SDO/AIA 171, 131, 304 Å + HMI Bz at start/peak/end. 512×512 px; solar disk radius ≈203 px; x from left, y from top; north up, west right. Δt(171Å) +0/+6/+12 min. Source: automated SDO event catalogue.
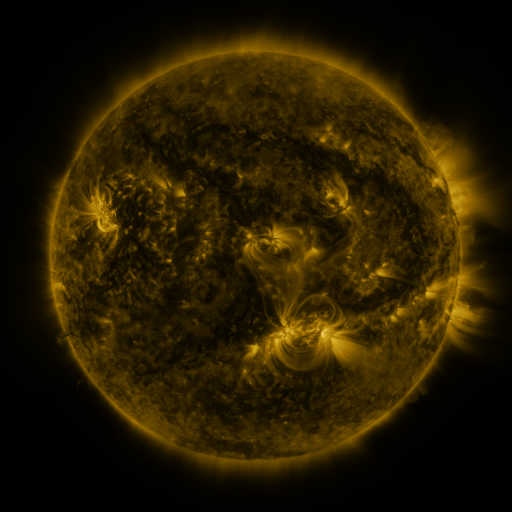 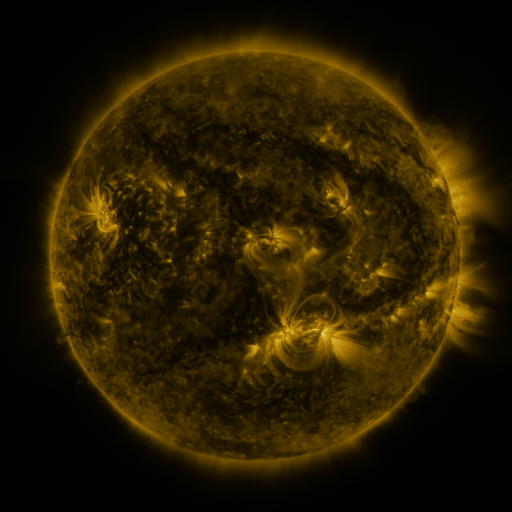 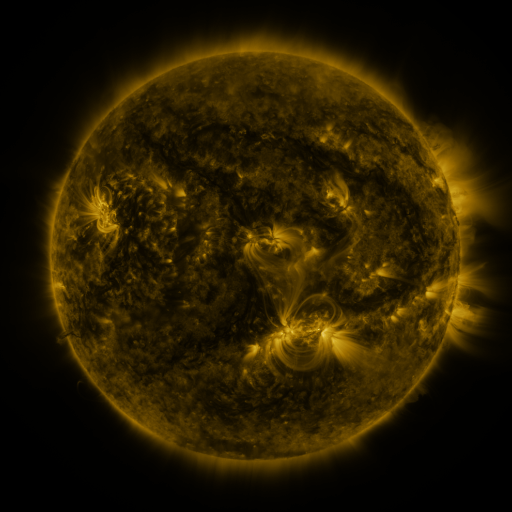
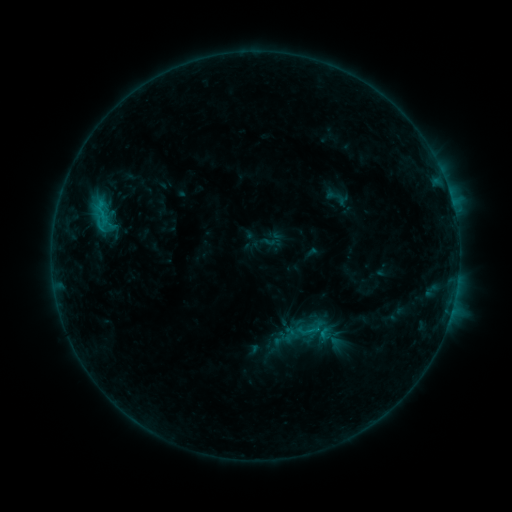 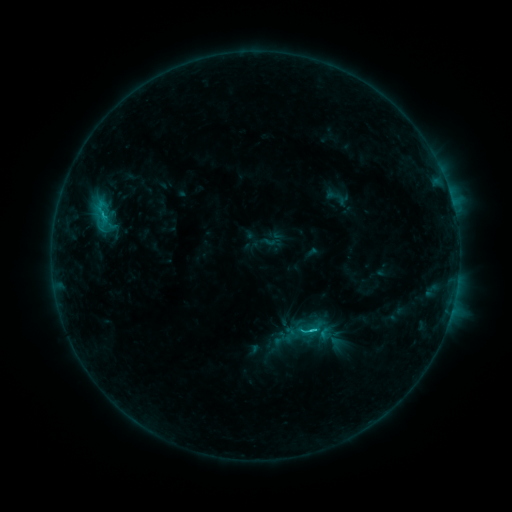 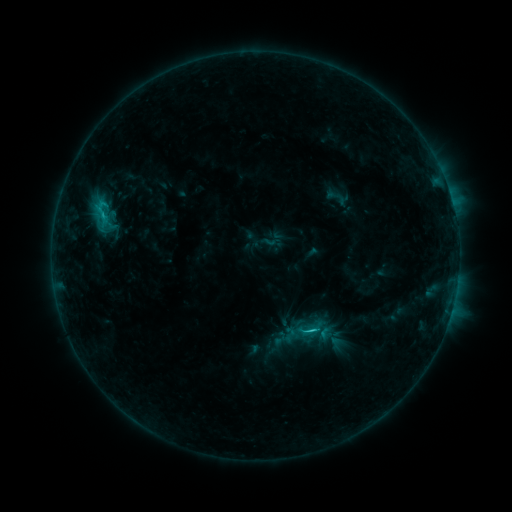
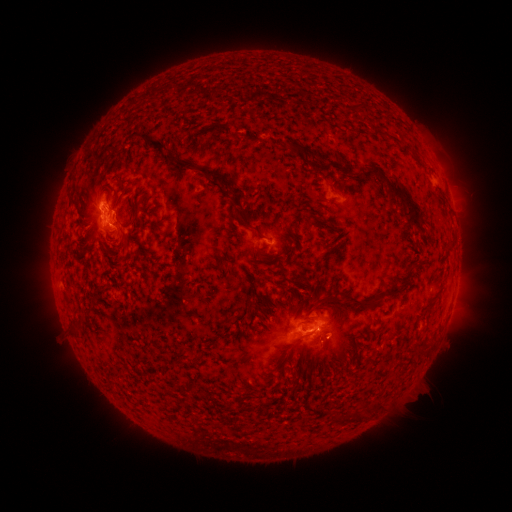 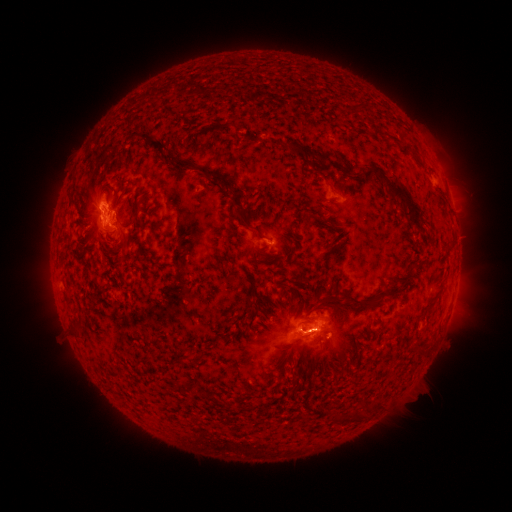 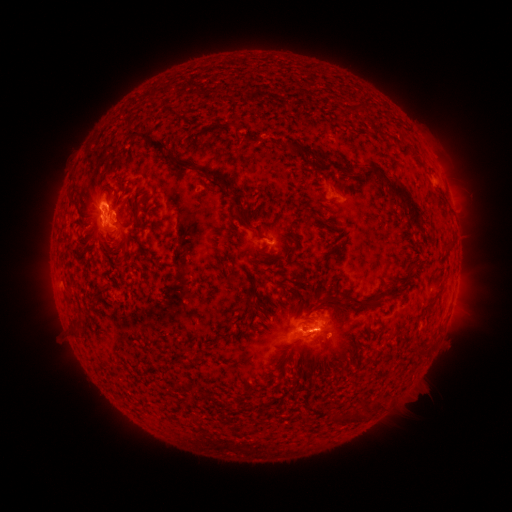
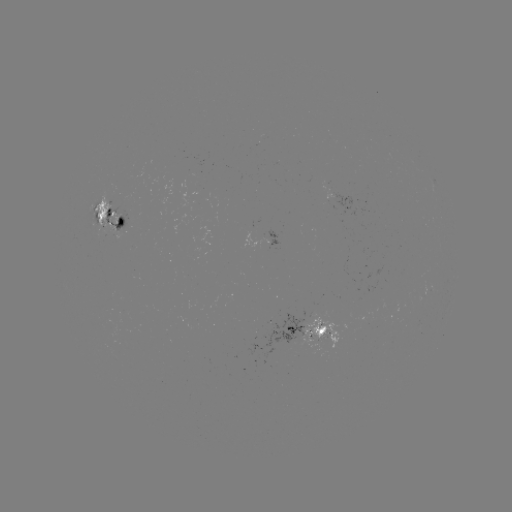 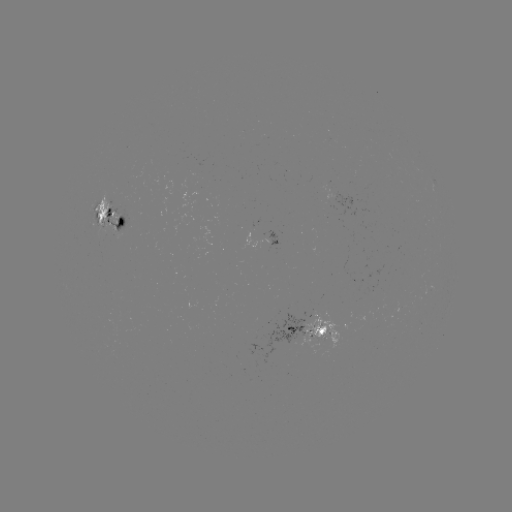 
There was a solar flare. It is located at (312, 330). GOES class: C1.7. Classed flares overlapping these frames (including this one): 1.